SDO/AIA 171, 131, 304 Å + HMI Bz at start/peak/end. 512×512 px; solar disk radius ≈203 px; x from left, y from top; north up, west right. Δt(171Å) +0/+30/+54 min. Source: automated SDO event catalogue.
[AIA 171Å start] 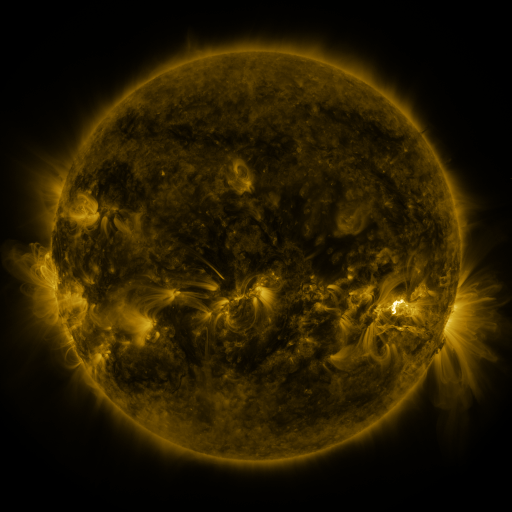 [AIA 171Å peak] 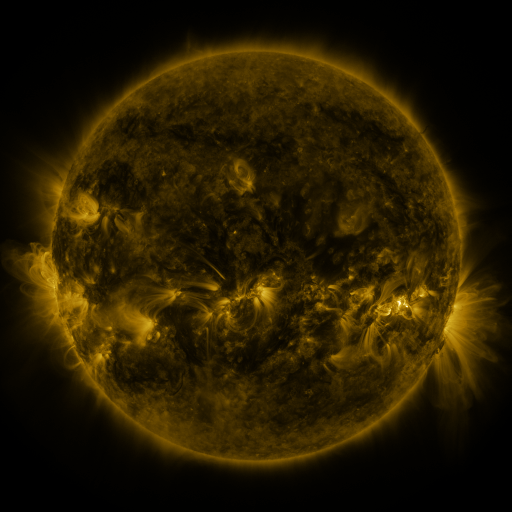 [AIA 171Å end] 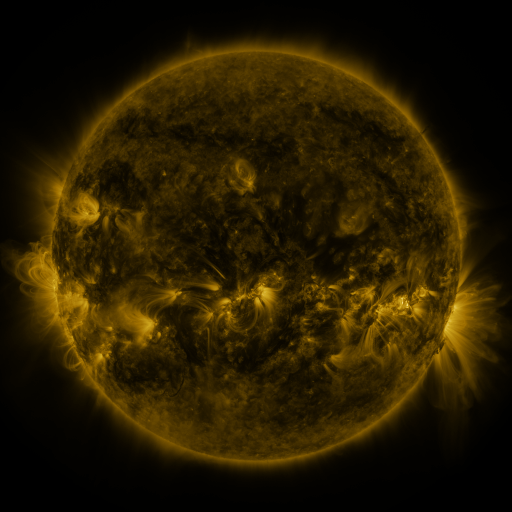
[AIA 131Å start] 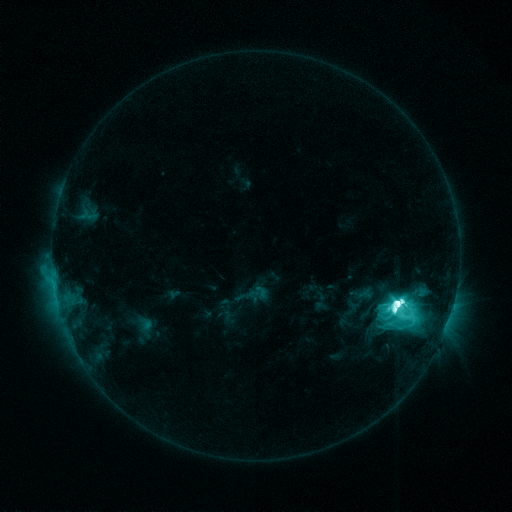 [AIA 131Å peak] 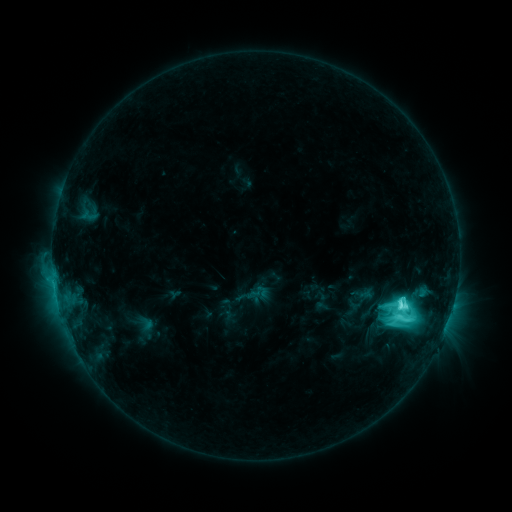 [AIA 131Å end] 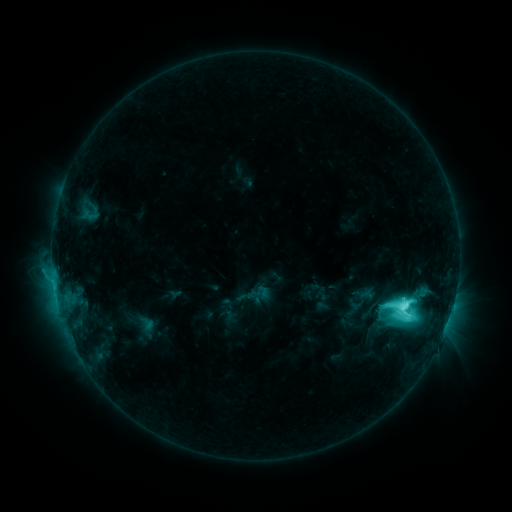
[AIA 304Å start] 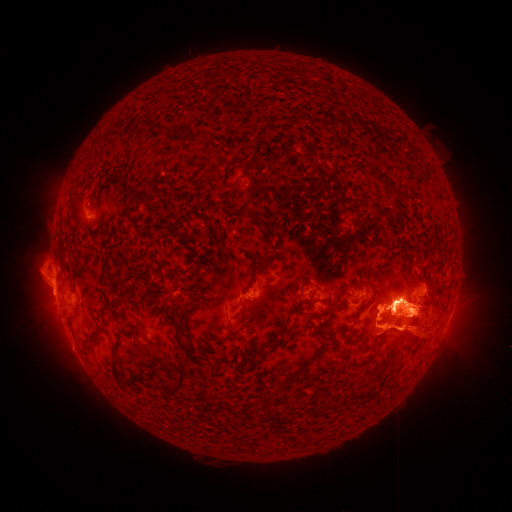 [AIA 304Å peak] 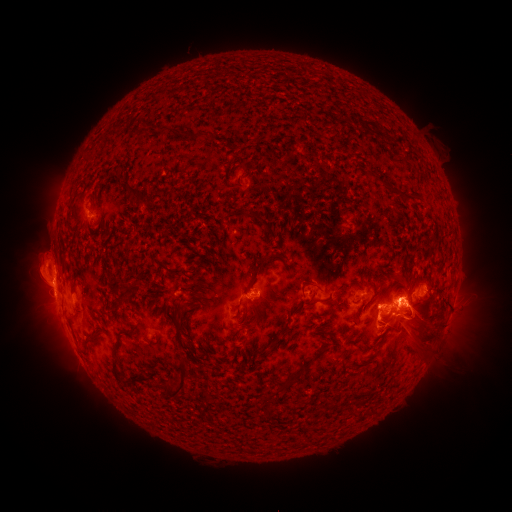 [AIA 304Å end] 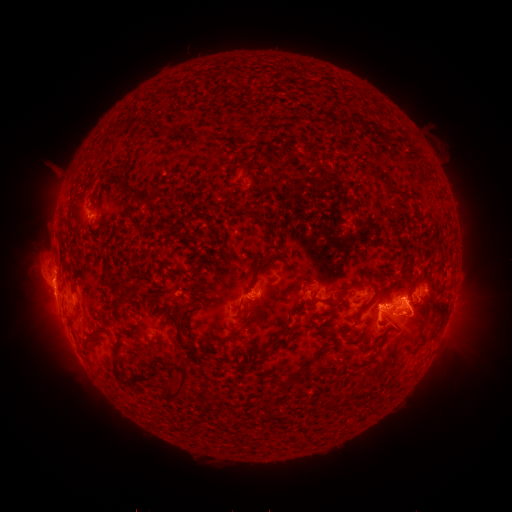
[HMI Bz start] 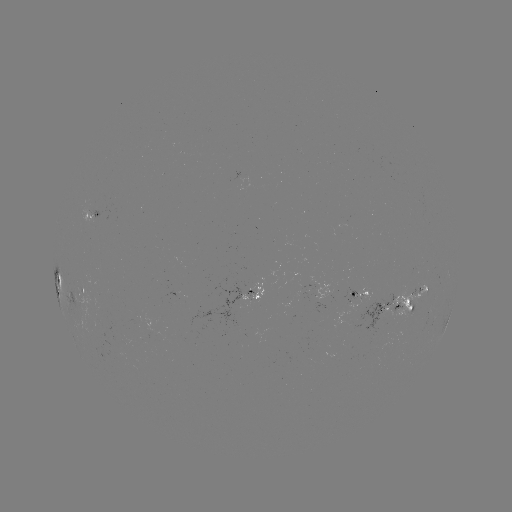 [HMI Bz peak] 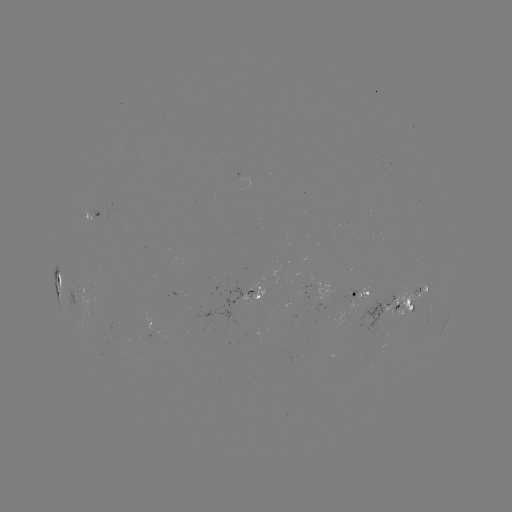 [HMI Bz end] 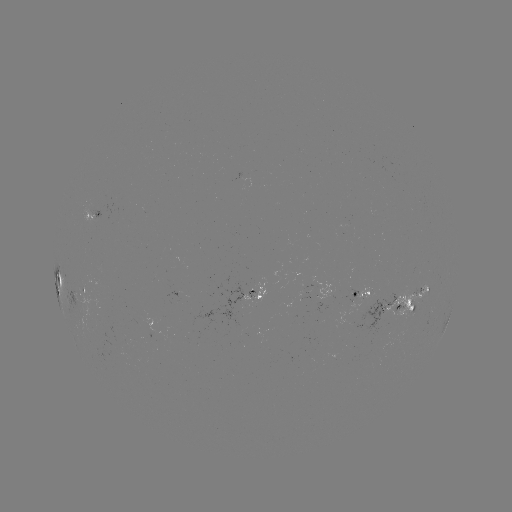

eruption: <bbox>353, 242, 497, 407</bbox>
